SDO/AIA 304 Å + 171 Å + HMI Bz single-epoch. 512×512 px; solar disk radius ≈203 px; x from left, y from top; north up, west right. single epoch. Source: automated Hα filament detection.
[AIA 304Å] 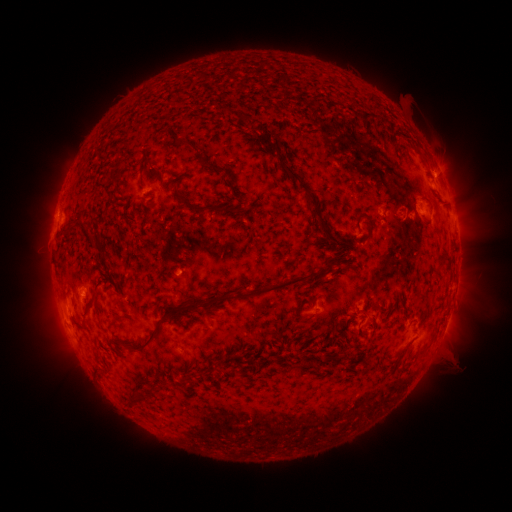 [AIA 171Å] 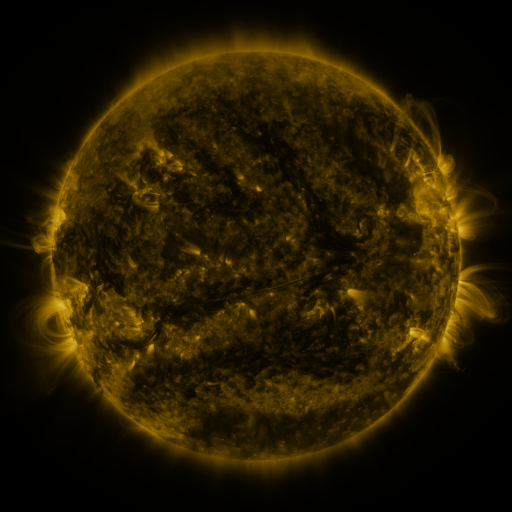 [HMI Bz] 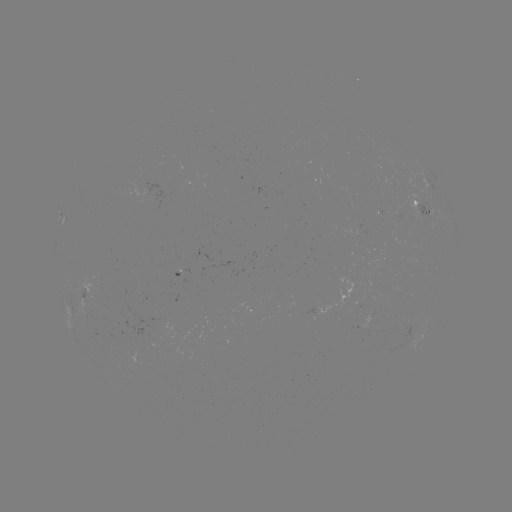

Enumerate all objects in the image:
filament: (222, 111)
filament: (245, 118)
filament: (273, 147)
filament: (218, 170)
filament: (117, 177)
filament: (307, 193)
filament: (201, 209)
filament: (370, 224)
filament: (69, 232)
filament: (101, 248)
filament: (278, 287)
filament: (214, 302)
filament: (91, 308)
filament: (151, 341)
filament: (138, 400)
